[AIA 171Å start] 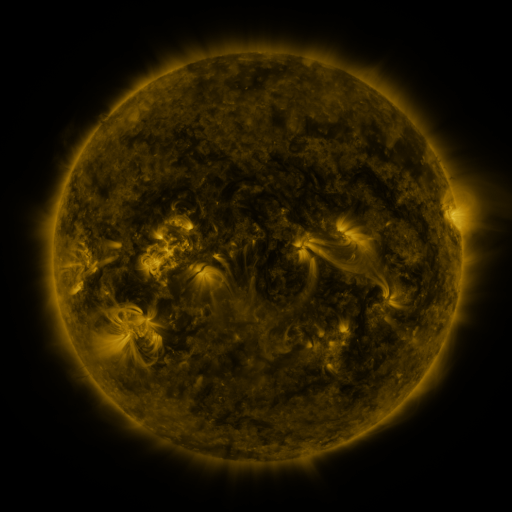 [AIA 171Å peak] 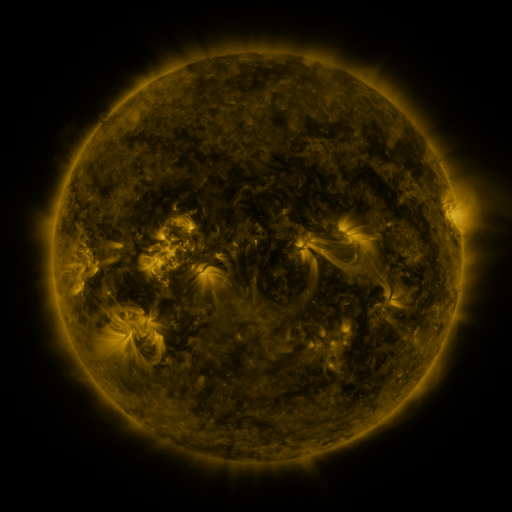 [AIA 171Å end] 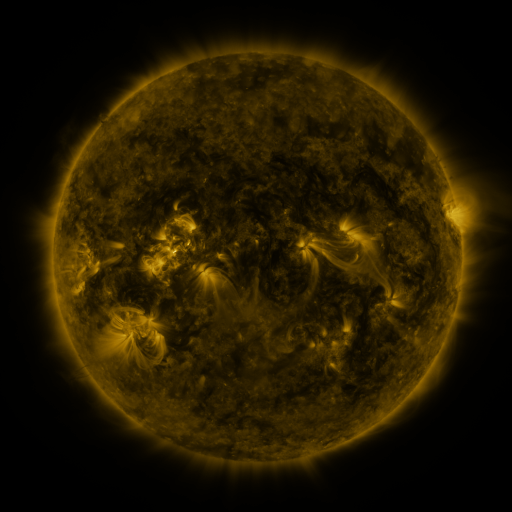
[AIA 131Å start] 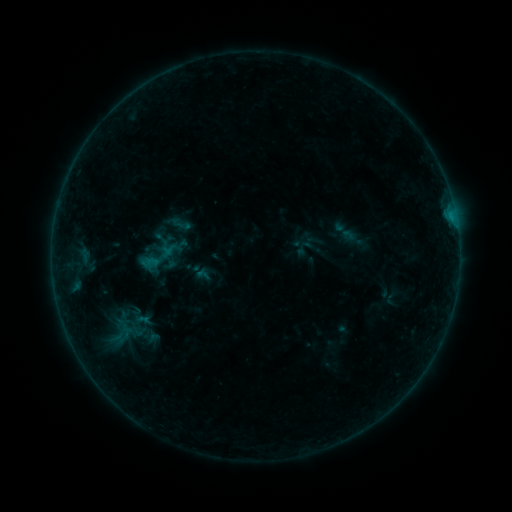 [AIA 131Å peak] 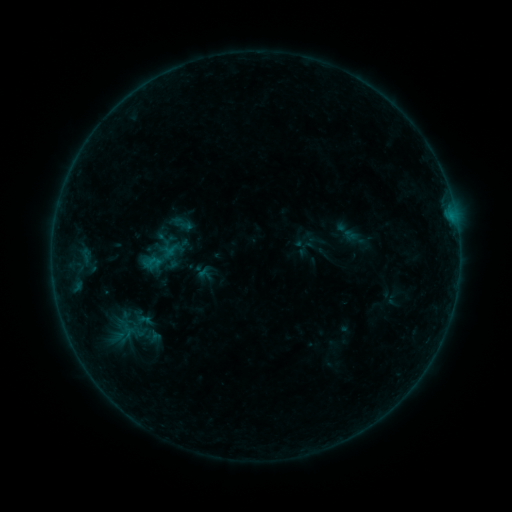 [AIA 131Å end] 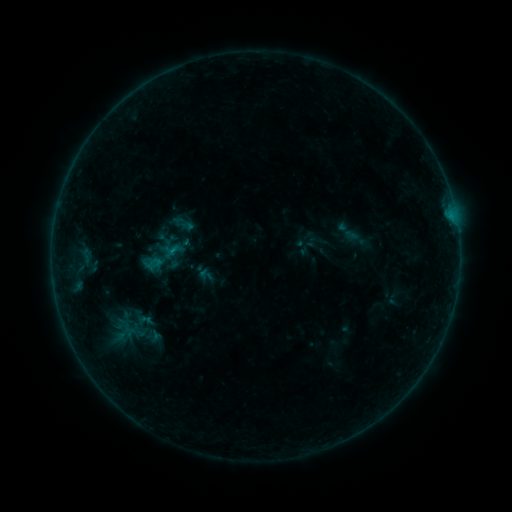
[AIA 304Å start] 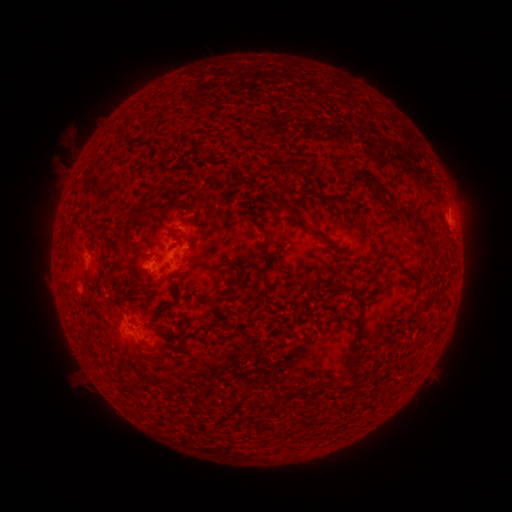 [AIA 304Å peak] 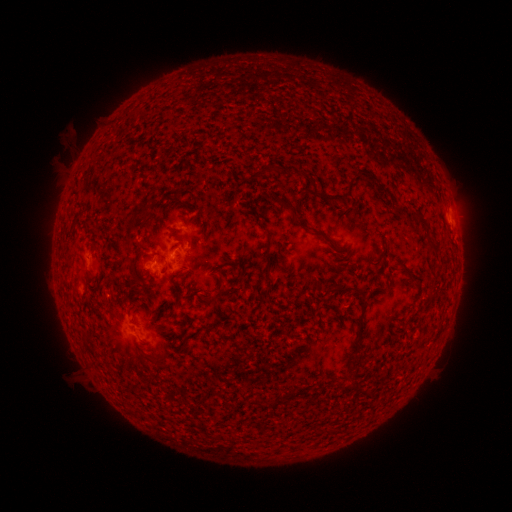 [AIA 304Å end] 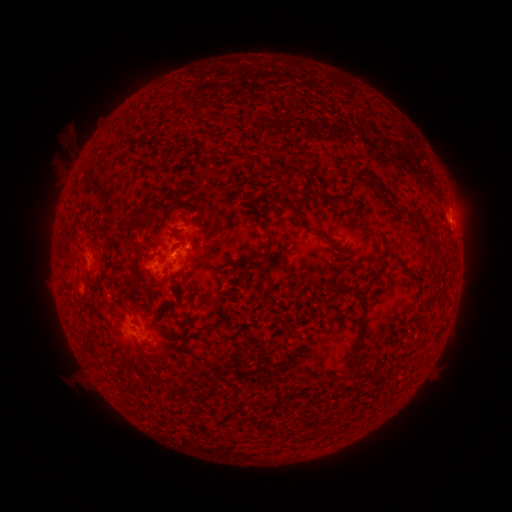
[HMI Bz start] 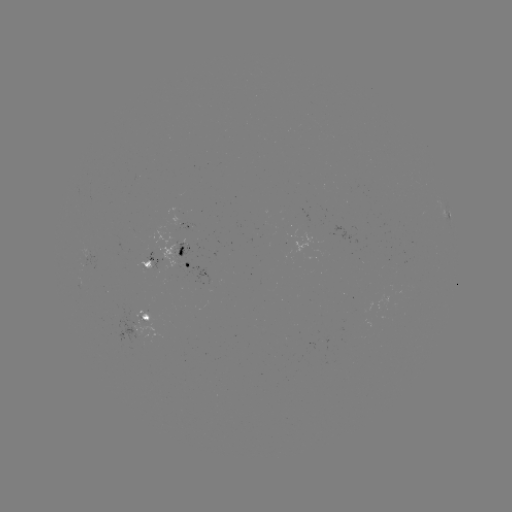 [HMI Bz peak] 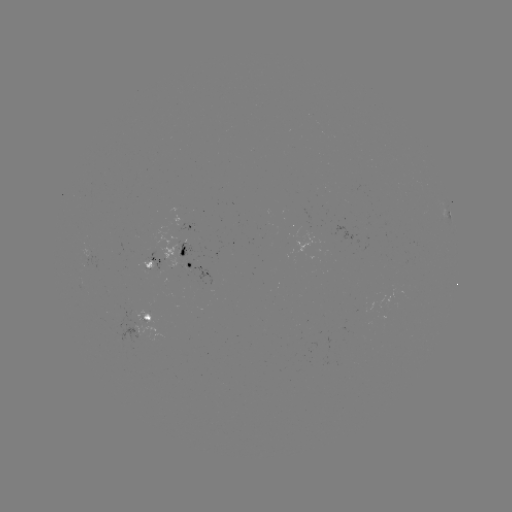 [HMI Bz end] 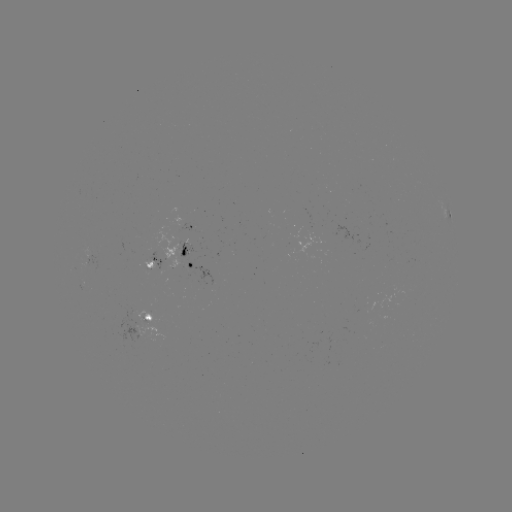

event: emerging-flux region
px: (88, 262)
